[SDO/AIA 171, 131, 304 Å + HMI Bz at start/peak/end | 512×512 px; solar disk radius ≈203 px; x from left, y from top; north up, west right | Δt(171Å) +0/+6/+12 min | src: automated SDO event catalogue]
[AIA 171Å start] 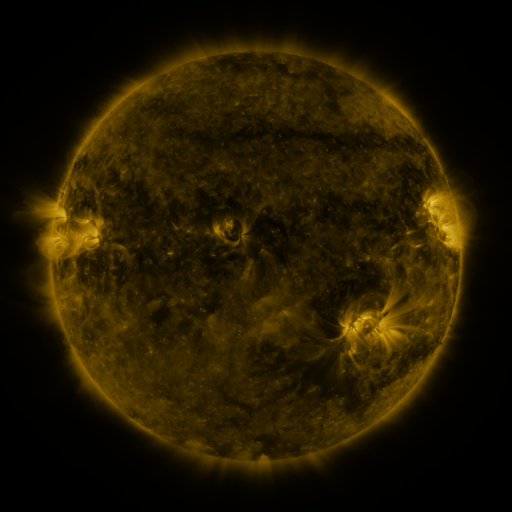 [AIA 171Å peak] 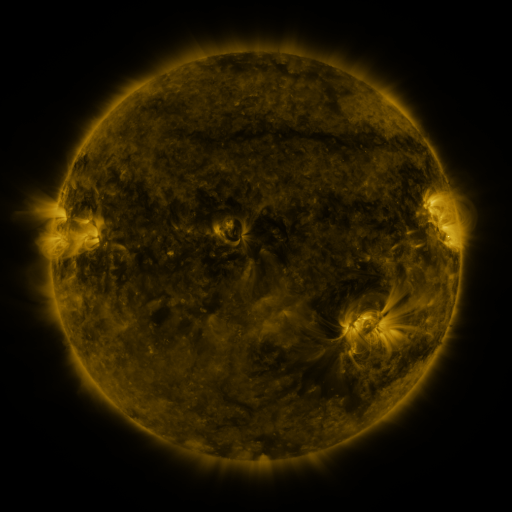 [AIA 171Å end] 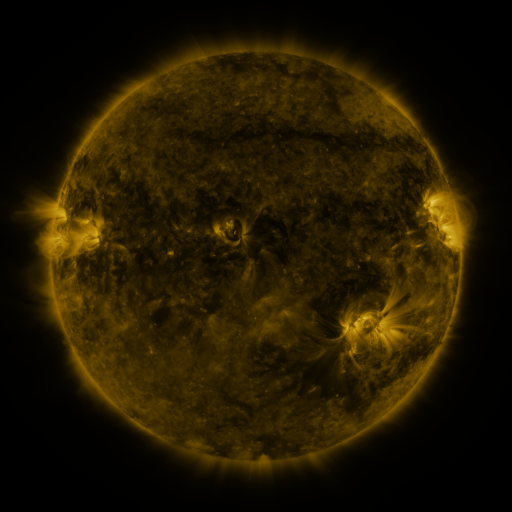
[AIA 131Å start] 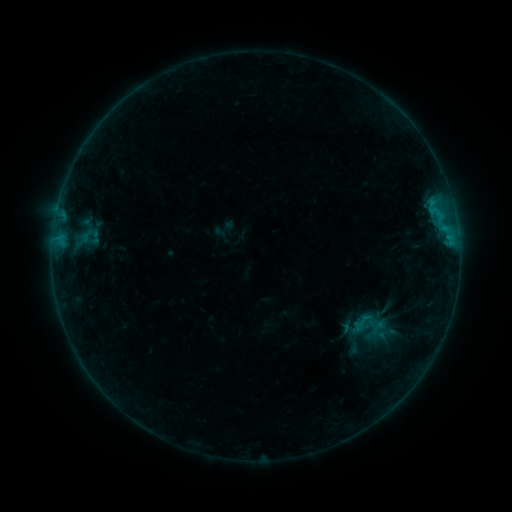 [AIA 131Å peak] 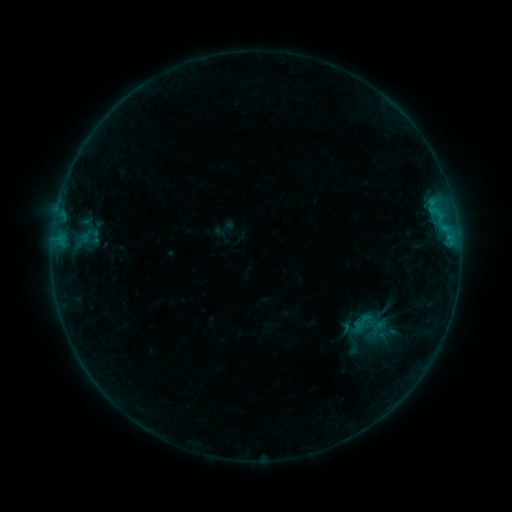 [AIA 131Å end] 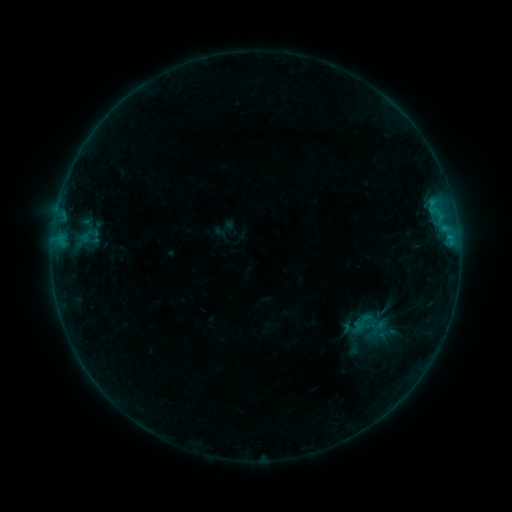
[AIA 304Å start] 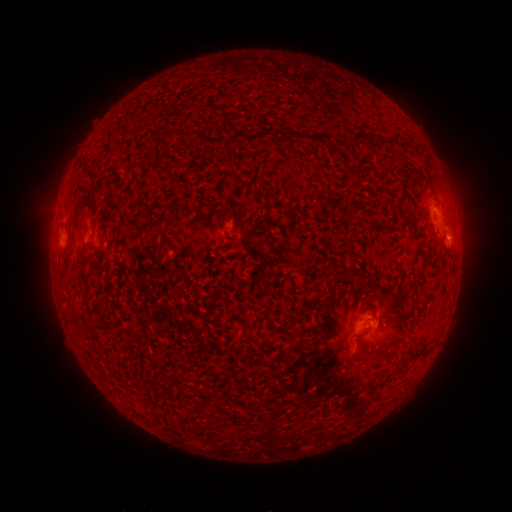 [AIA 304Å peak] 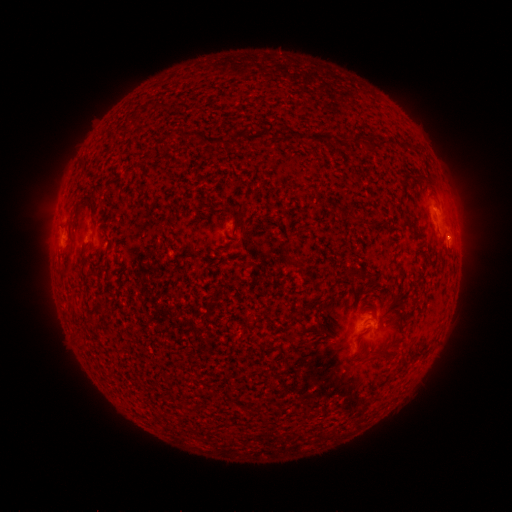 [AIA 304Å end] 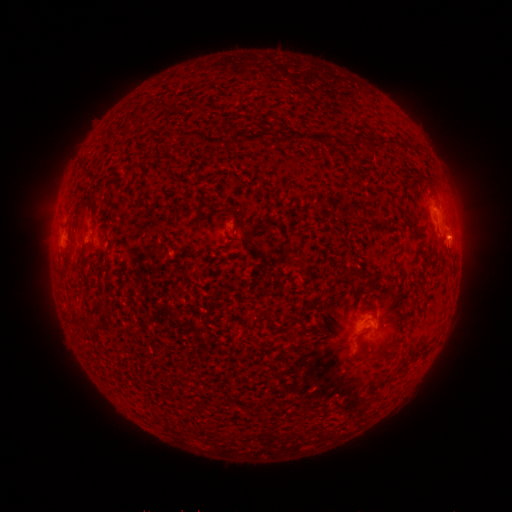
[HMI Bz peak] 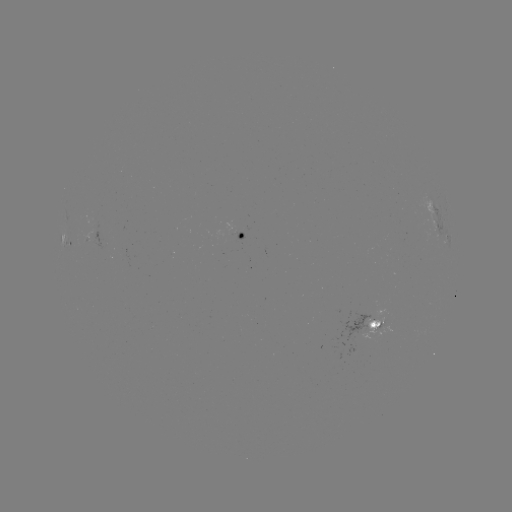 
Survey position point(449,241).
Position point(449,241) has B5.3 flare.